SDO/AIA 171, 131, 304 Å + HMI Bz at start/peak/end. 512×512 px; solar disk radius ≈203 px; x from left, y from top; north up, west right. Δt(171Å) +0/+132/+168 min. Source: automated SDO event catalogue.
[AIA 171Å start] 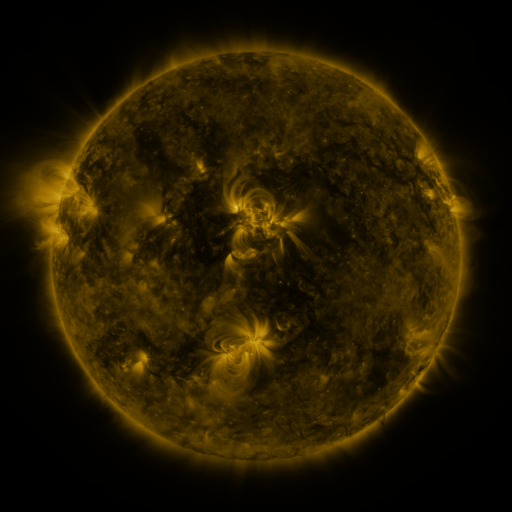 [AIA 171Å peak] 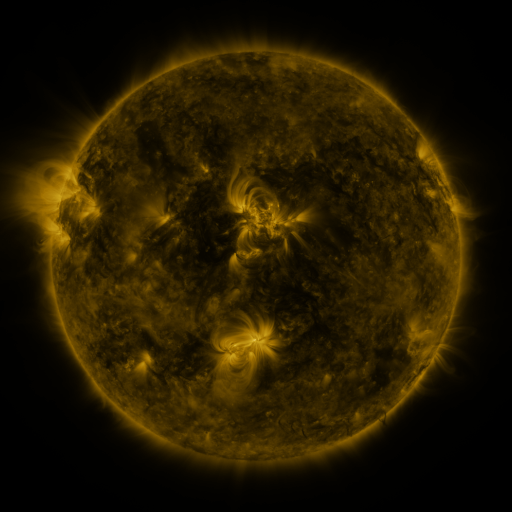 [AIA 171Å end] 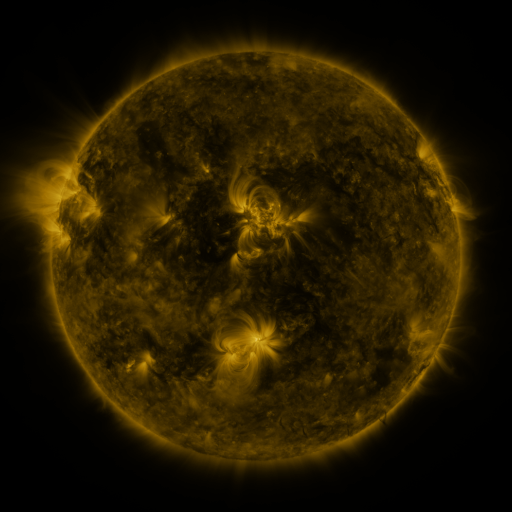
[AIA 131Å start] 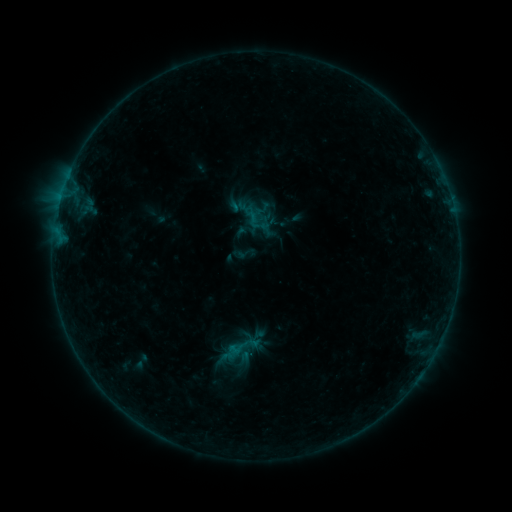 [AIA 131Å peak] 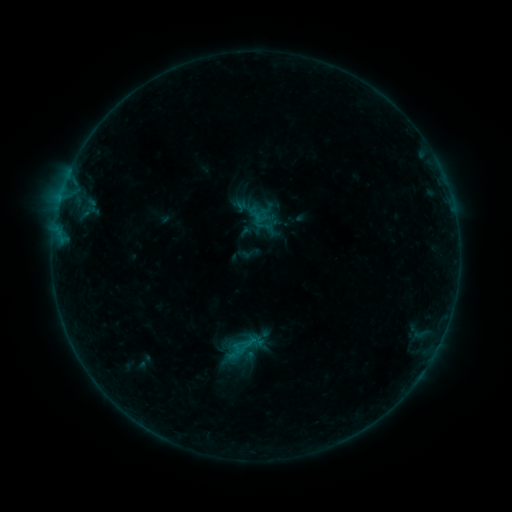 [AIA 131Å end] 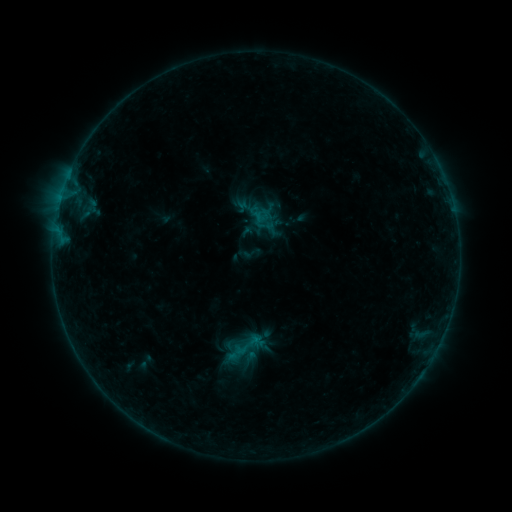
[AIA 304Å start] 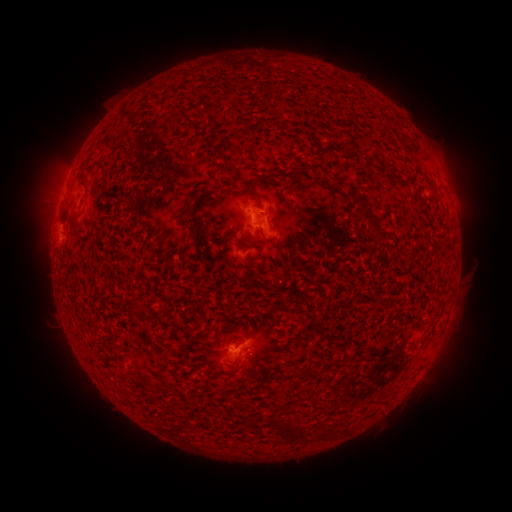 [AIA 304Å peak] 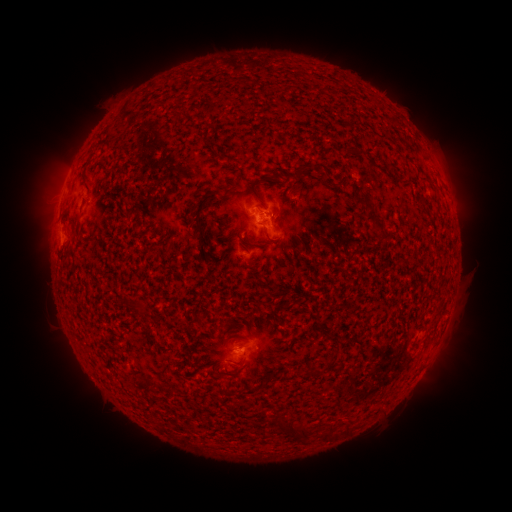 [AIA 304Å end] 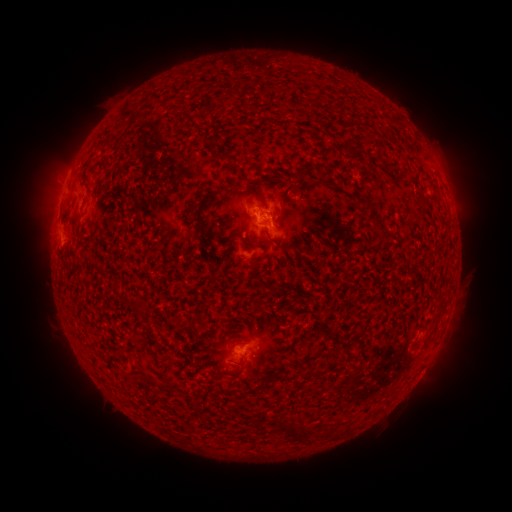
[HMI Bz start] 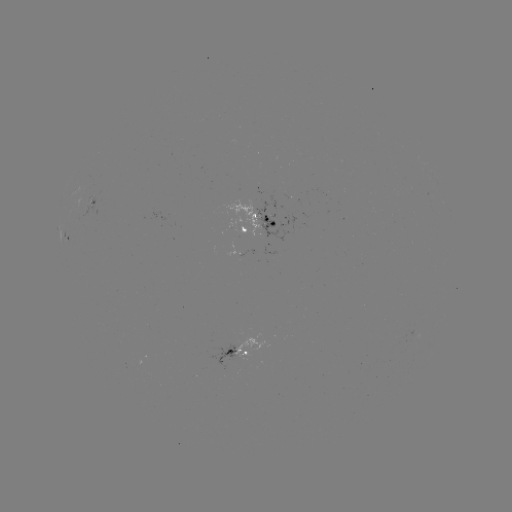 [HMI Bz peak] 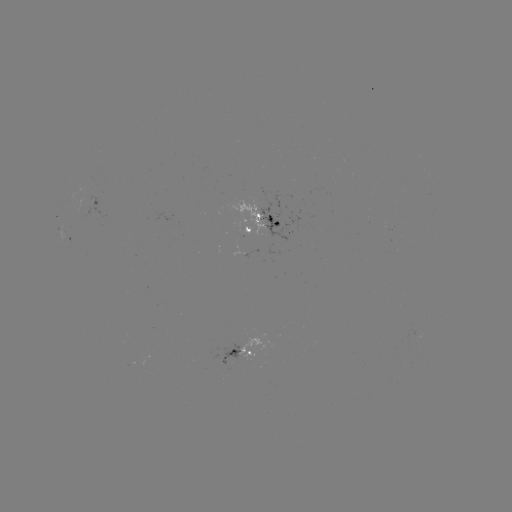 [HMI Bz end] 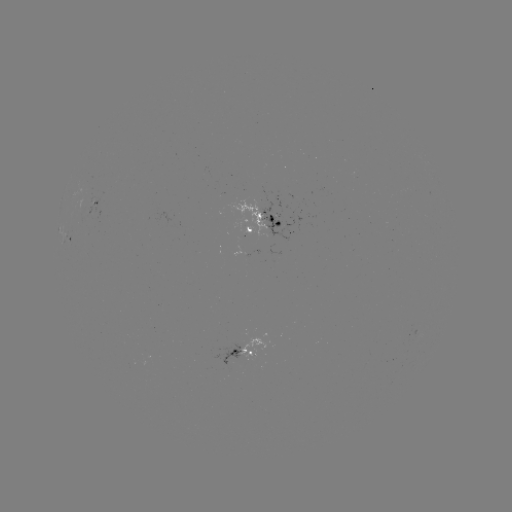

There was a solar emerging-flux region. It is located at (275, 253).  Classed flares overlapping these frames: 2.